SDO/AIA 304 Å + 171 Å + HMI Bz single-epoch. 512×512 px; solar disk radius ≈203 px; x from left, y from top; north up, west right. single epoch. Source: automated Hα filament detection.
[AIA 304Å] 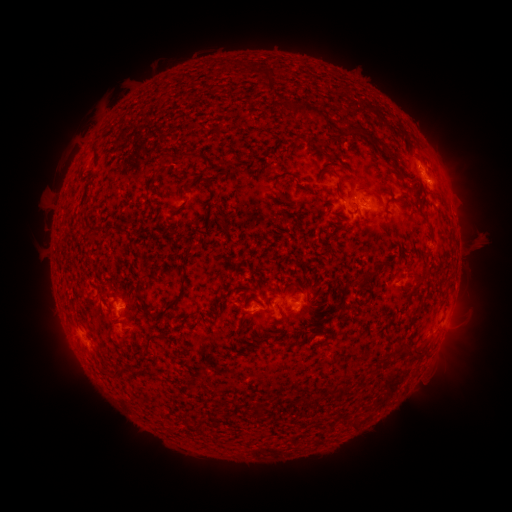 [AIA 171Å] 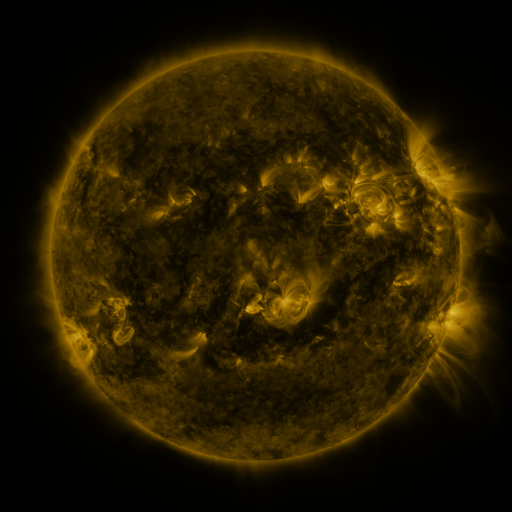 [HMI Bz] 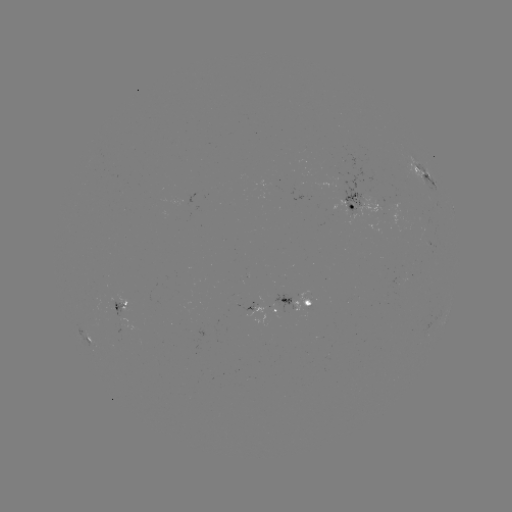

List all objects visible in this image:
filament: <bbox>306, 105, 318, 114</bbox>
filament: <bbox>361, 130, 372, 140</bbox>
filament: <bbox>380, 149, 394, 162</bbox>
filament: <bbox>177, 151, 204, 163</bbox>
filament: <bbox>327, 171, 340, 179</bbox>
filament: <bbox>370, 191, 382, 204</bbox>
filament: <bbox>363, 270, 373, 278</bbox>
filament: <bbox>157, 275, 187, 316</bbox>
filament: <bbox>292, 281, 302, 290</bbox>
filament: <bbox>348, 281, 359, 289</bbox>
filament: <bbox>139, 298, 147, 311</bbox>
filament: <bbox>145, 332, 158, 344</bbox>
filament: <bbox>276, 340, 287, 347</bbox>
filament: <bbox>402, 346, 414, 360</bbox>
filament: <bbox>410, 348, 423, 360</bbox>
filament: <bbox>113, 365, 124, 375</bbox>
filament: <bbox>301, 397, 313, 409</bbox>
